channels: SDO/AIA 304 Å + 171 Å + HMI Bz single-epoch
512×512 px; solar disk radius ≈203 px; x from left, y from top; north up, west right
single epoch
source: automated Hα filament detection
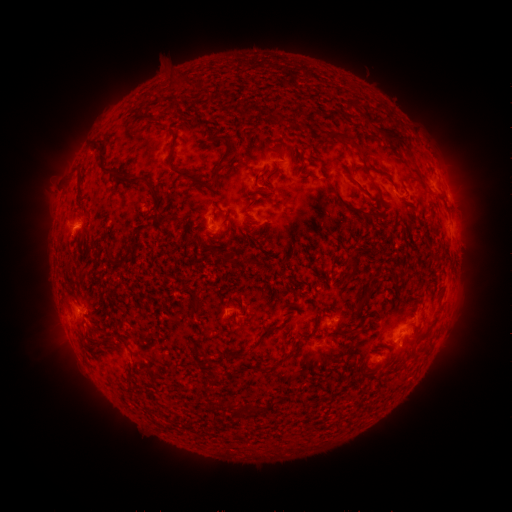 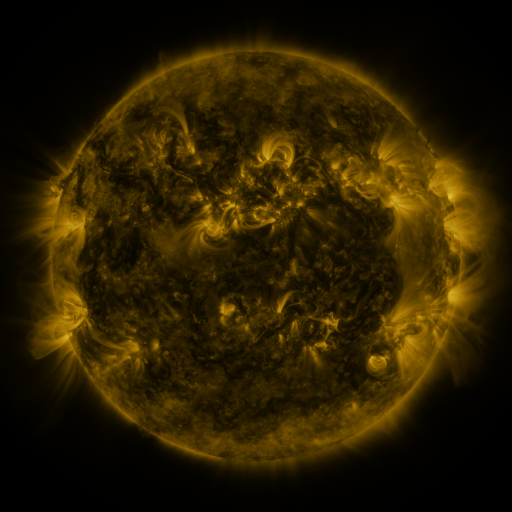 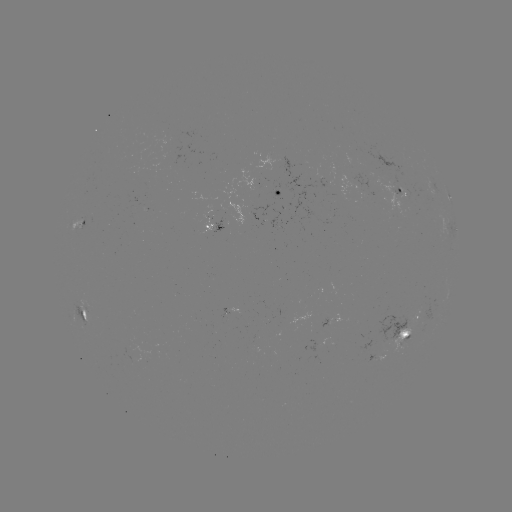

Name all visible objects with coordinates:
filament: (338, 113)
filament: (394, 138)
filament: (345, 140)
filament: (230, 151)
filament: (102, 160)
filament: (189, 176)
filament: (133, 179)
filament: (361, 188)
filament: (377, 190)
filament: (158, 198)
filament: (344, 204)
filament: (165, 217)
filament: (354, 269)
filament: (362, 303)
filament: (266, 331)
filament: (289, 355)
